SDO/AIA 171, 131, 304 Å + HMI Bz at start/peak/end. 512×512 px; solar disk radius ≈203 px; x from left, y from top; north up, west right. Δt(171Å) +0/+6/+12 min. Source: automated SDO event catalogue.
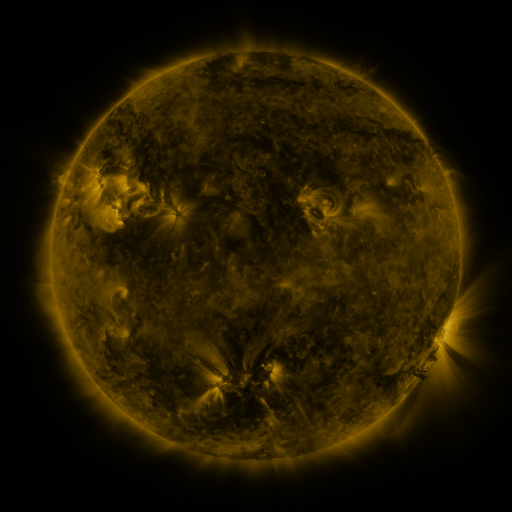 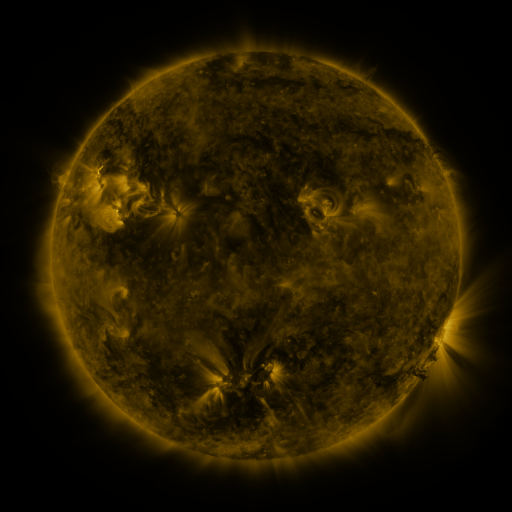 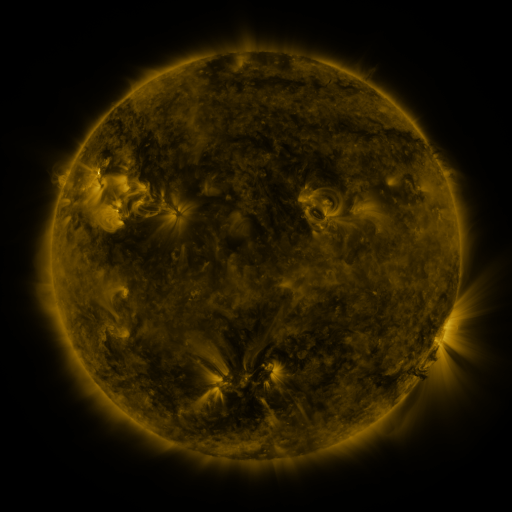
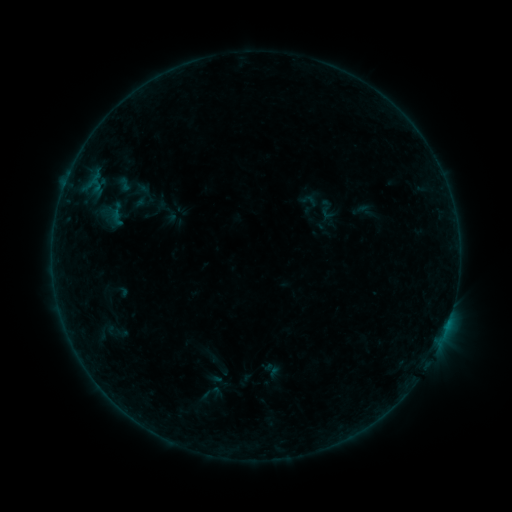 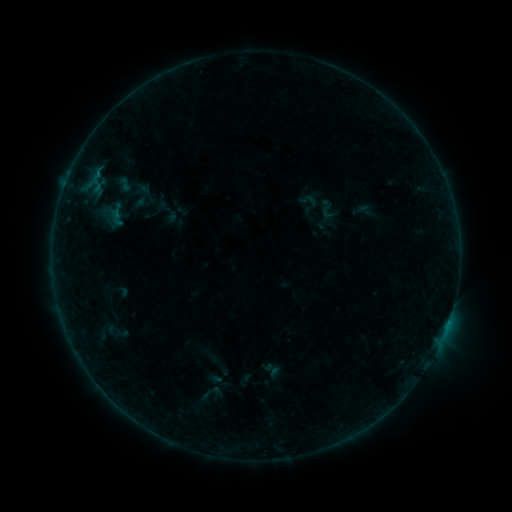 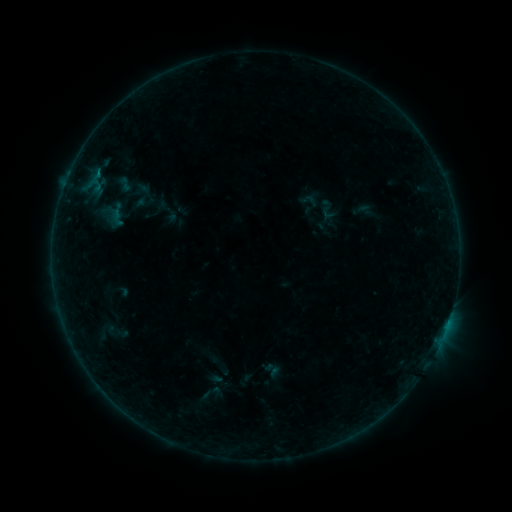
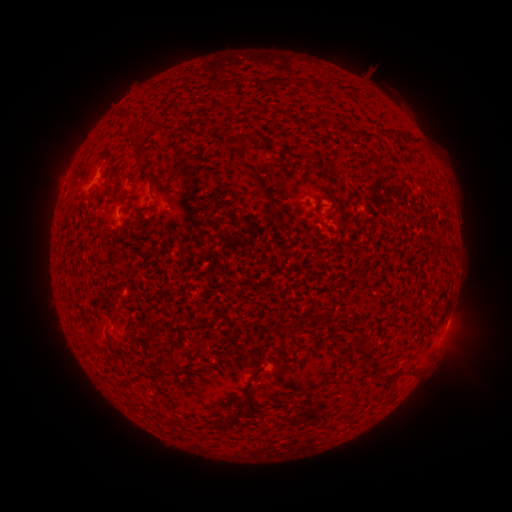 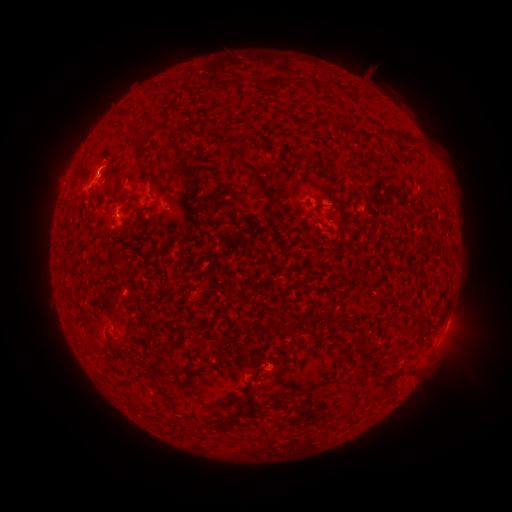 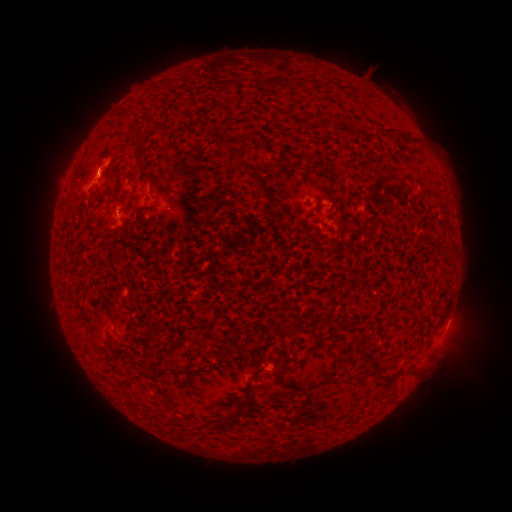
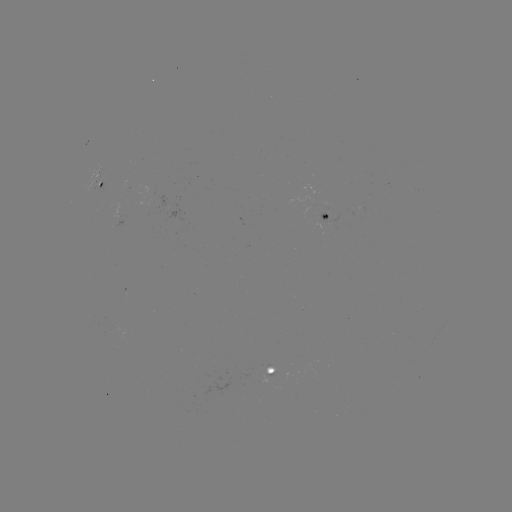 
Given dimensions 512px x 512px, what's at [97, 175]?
B2.3 flare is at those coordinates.